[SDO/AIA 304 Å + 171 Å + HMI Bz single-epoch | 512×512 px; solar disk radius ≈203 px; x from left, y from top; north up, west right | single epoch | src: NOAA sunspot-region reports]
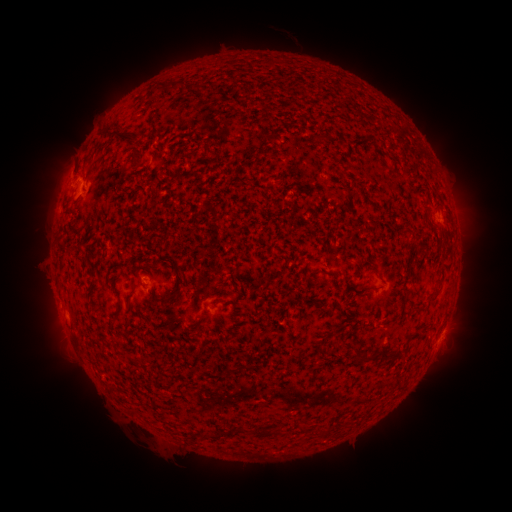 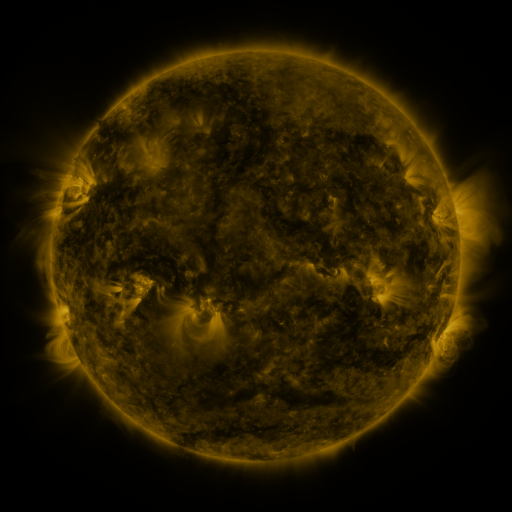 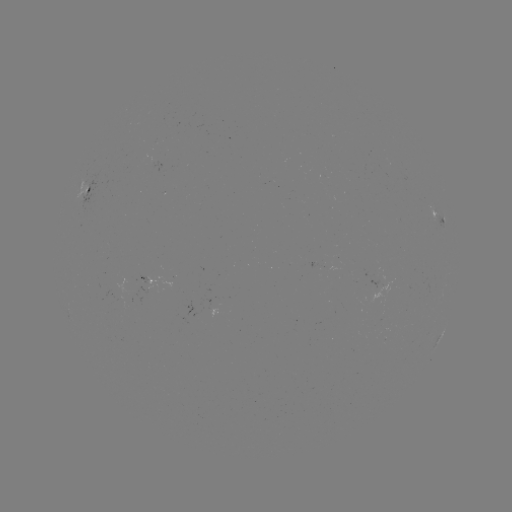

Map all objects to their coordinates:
spotted active region: (86, 188)
spotted active region: (437, 220)
spotted active region: (437, 342)
